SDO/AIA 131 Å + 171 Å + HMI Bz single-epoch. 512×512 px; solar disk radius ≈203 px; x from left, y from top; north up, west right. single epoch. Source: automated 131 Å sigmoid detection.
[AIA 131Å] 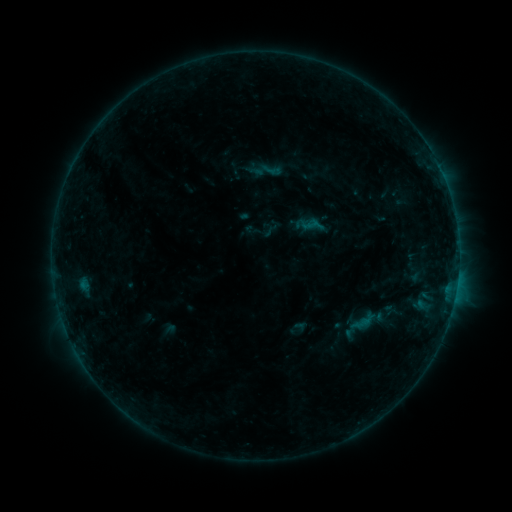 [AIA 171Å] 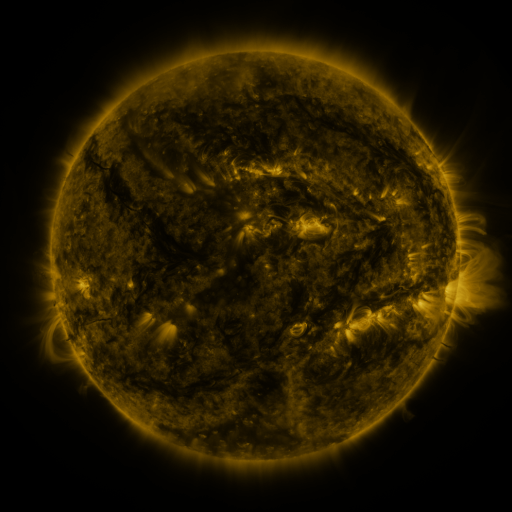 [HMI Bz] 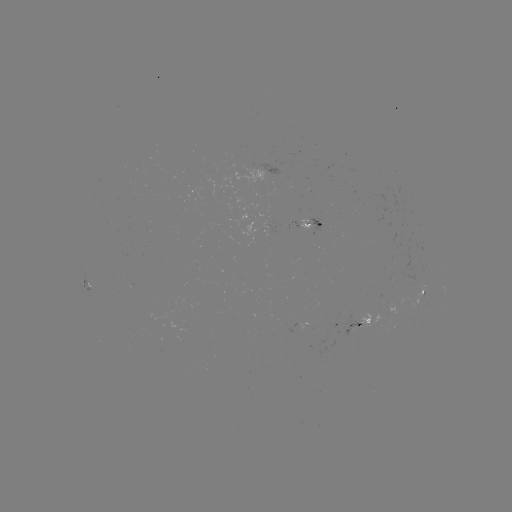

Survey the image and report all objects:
sigmoid: (271, 170)
